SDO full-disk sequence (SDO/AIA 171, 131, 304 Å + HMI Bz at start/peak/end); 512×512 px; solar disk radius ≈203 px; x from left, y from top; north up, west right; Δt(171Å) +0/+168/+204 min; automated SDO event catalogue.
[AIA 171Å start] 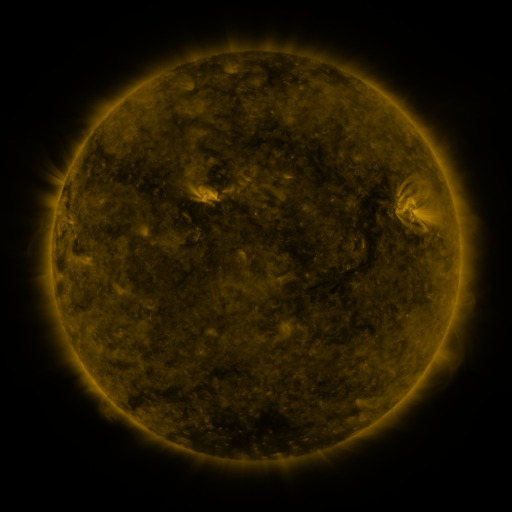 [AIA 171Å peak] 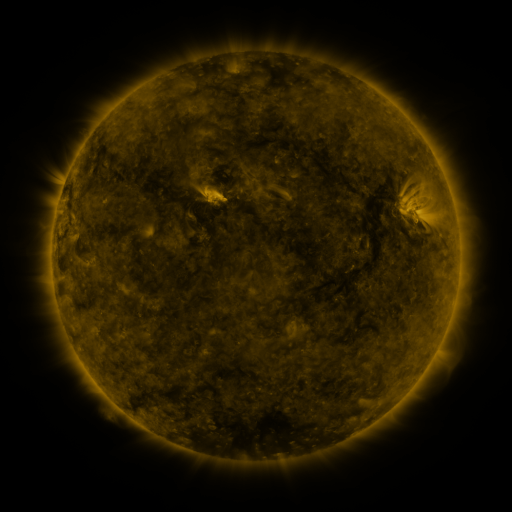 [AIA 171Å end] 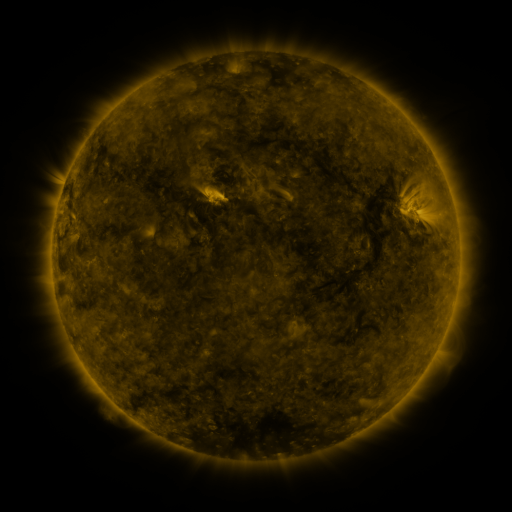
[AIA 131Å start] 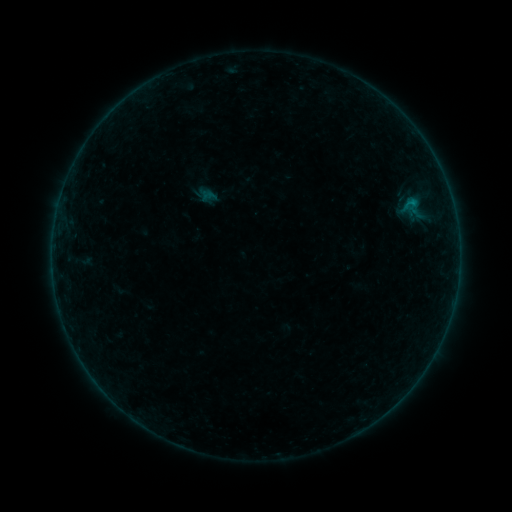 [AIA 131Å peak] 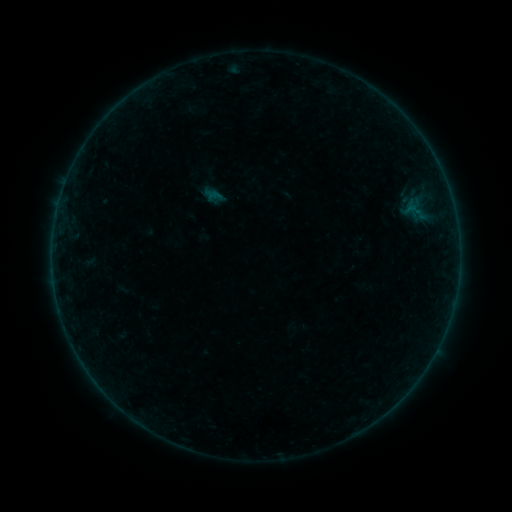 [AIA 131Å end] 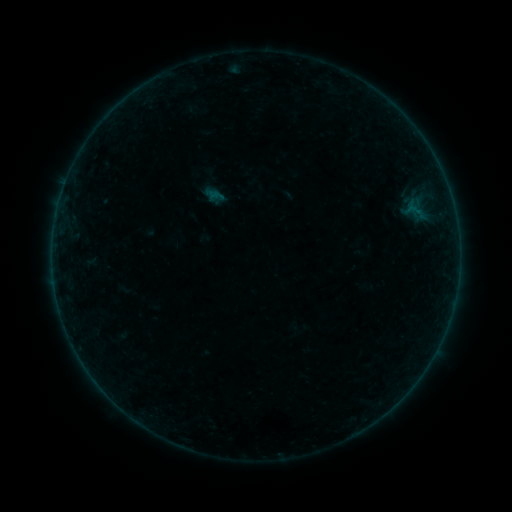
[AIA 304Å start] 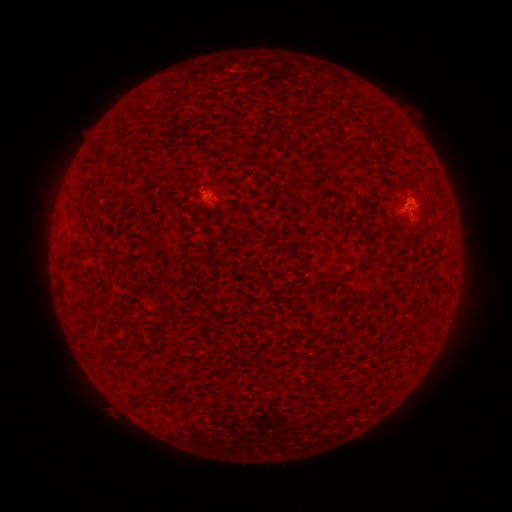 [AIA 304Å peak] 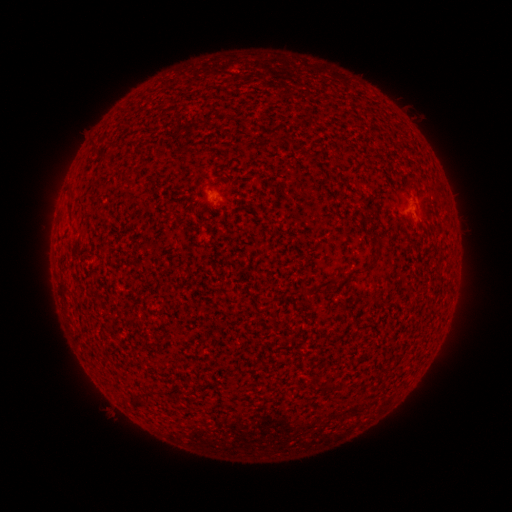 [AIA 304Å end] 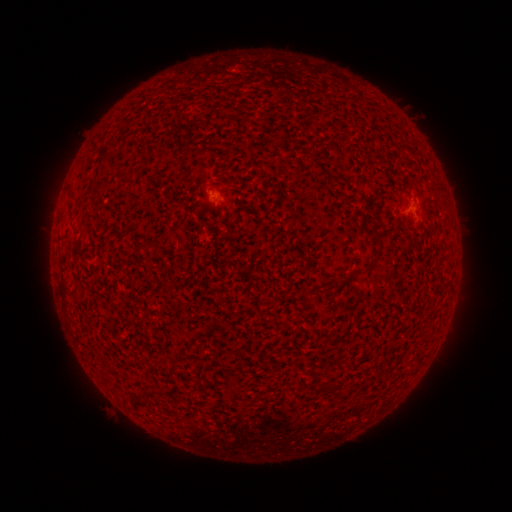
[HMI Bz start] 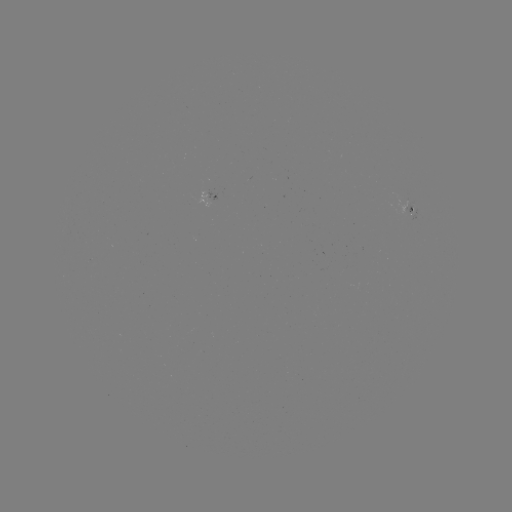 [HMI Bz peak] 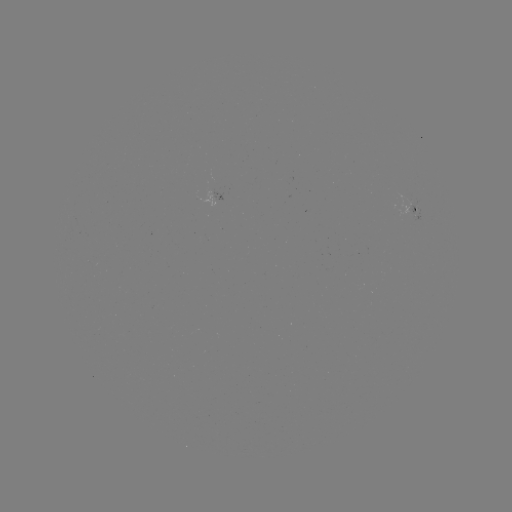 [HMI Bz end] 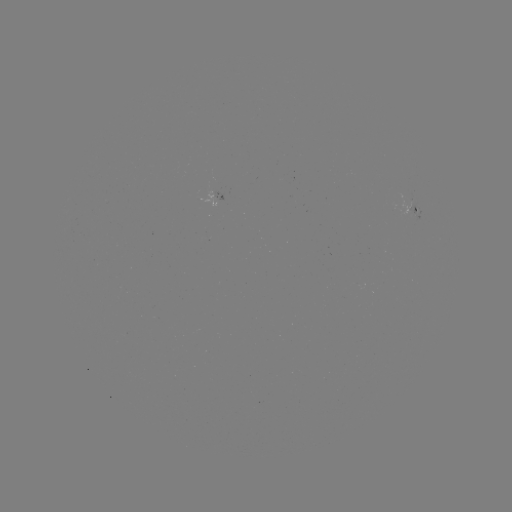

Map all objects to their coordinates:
emerging-flux region: (413, 212)
